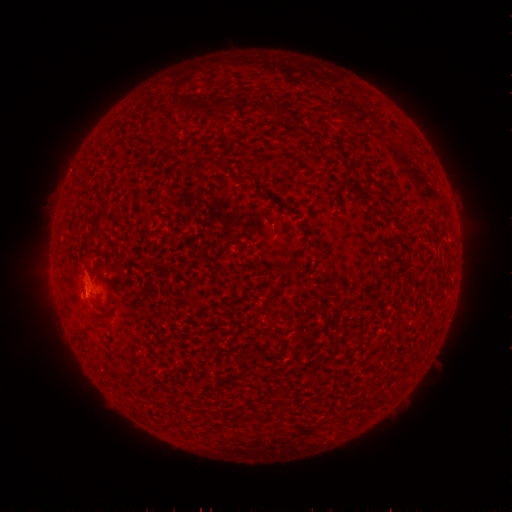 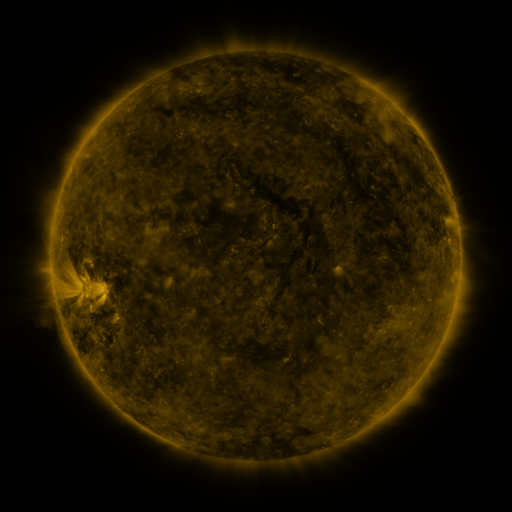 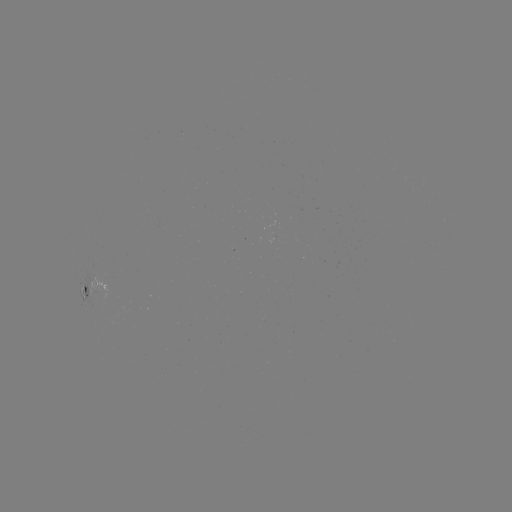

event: spotted active region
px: (90, 286)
